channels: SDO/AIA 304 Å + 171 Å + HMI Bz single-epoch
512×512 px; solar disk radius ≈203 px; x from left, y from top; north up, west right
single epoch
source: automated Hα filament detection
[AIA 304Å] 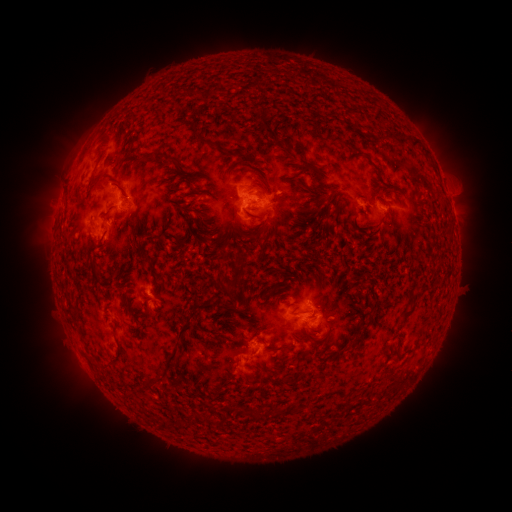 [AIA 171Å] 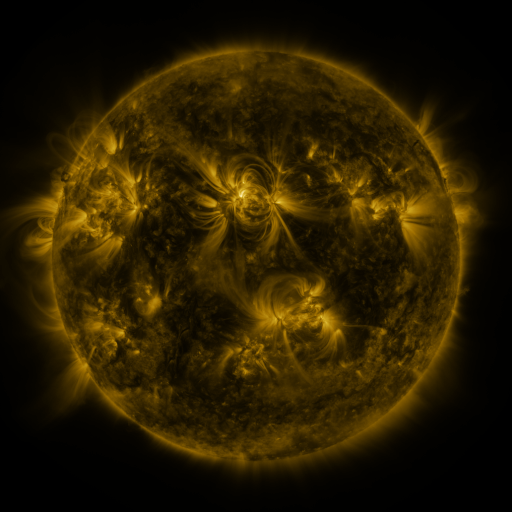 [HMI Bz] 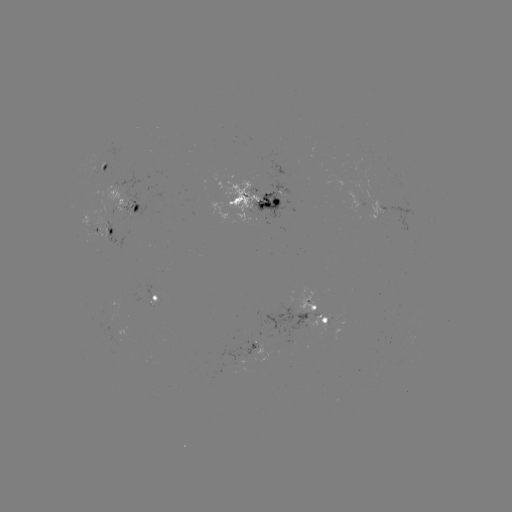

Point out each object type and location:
filament: (213, 145)
filament: (157, 153)
filament: (306, 165)
filament: (105, 176)
filament: (332, 217)
filament: (224, 253)
filament: (217, 284)
filament: (203, 306)
filament: (409, 314)
filament: (181, 330)
filament: (352, 347)
filament: (169, 357)
